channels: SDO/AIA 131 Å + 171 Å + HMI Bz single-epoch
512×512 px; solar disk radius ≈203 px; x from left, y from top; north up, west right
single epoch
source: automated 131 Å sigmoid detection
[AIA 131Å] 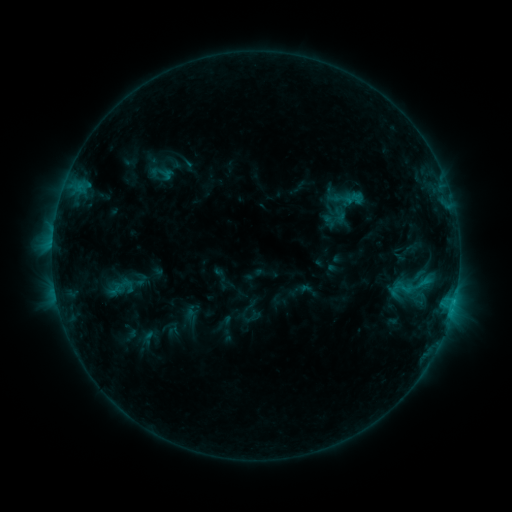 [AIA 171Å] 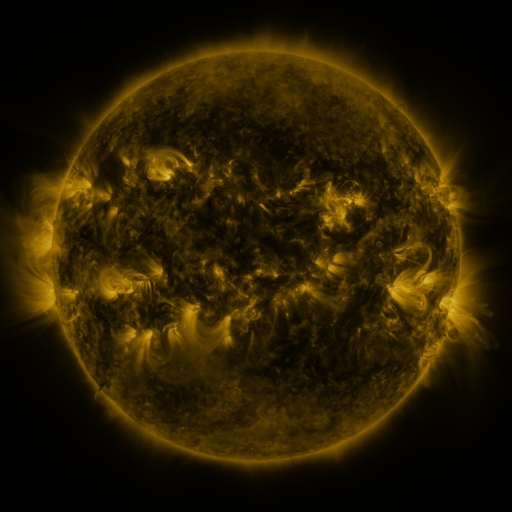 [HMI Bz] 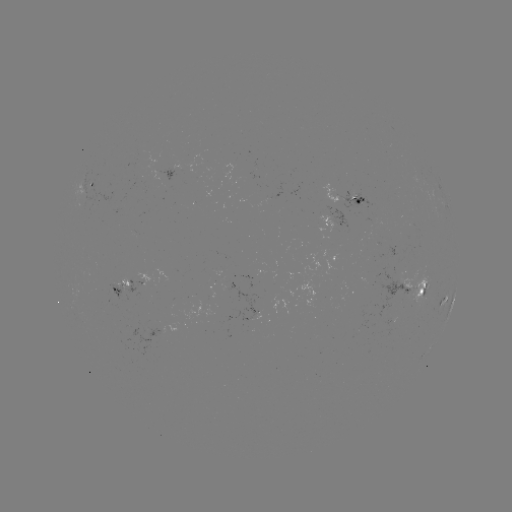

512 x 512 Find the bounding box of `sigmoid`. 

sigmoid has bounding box [341, 187, 367, 211].